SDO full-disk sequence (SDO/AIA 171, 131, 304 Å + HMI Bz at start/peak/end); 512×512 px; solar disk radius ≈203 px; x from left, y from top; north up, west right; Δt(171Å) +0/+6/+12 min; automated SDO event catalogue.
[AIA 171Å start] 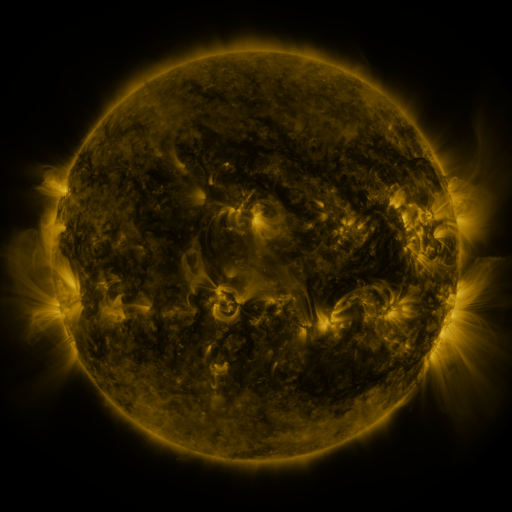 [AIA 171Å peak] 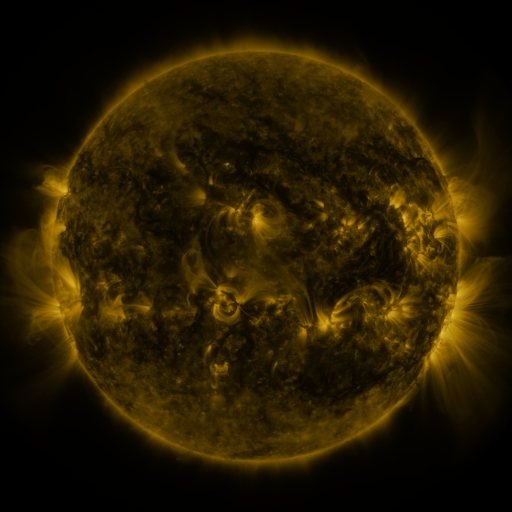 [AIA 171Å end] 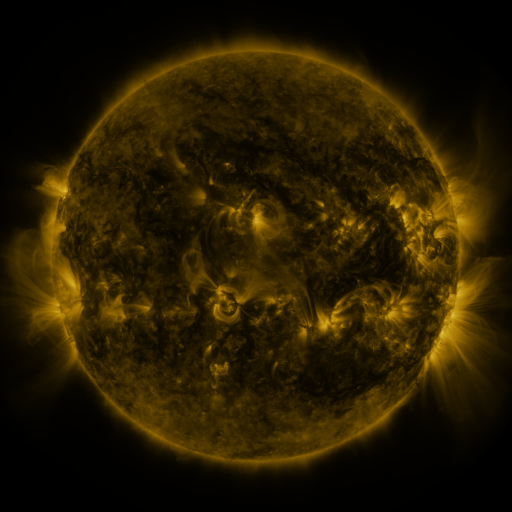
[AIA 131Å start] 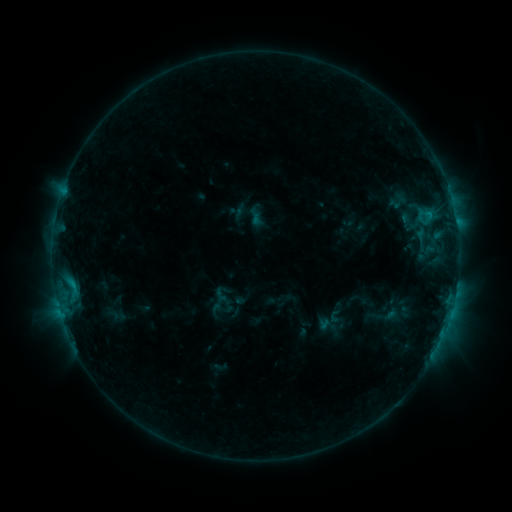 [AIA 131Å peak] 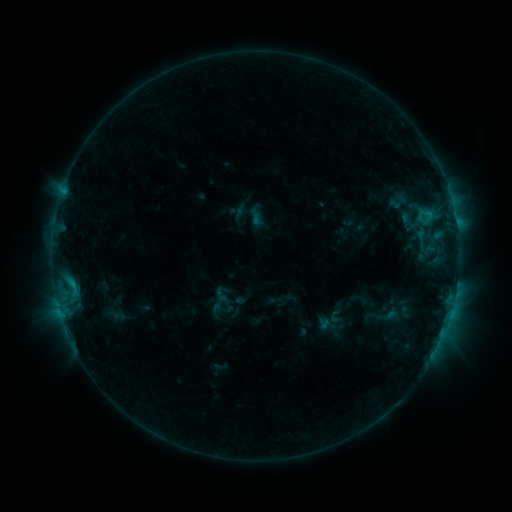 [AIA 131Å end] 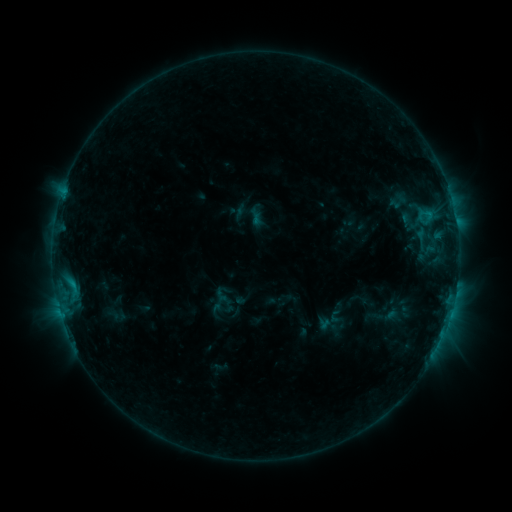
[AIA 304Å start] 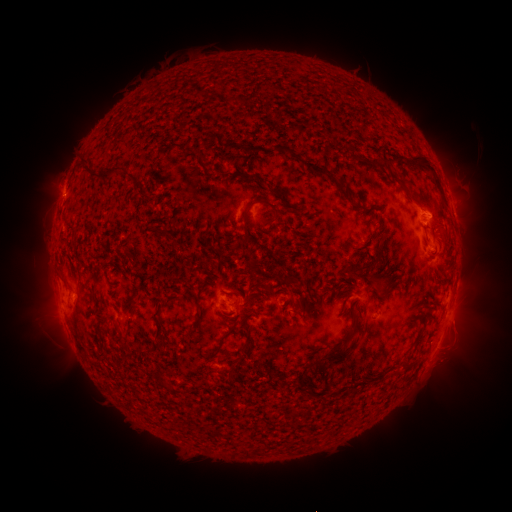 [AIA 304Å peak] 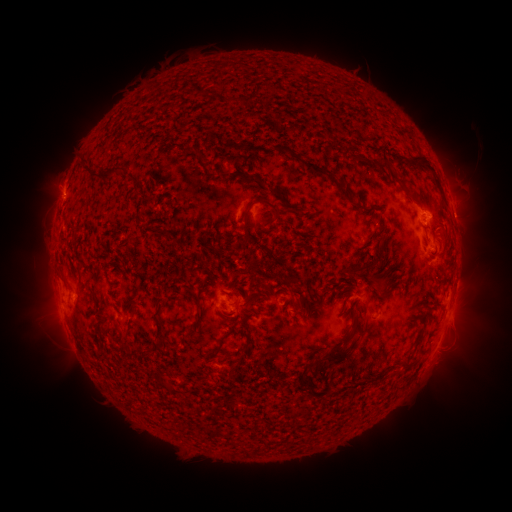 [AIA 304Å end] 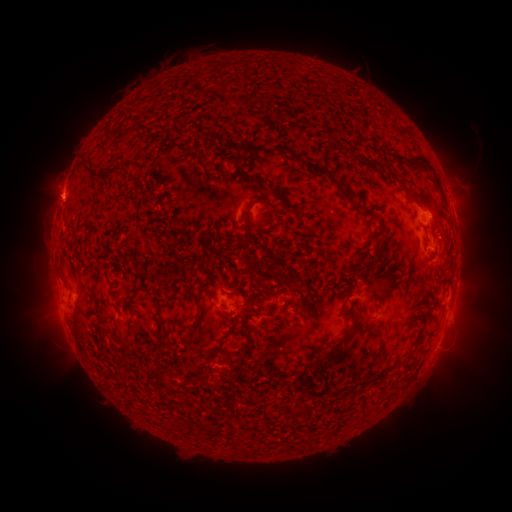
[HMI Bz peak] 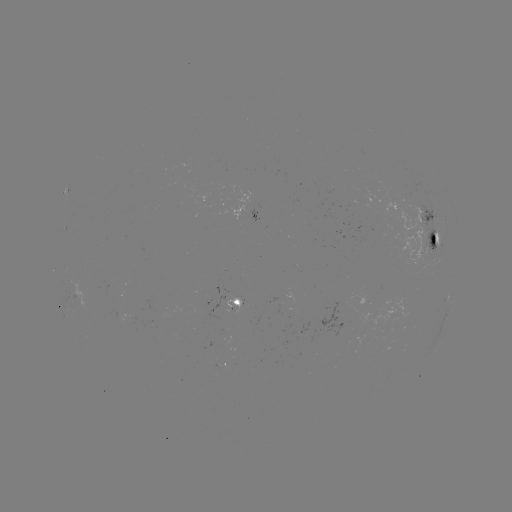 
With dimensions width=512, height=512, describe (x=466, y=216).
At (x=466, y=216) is eruption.